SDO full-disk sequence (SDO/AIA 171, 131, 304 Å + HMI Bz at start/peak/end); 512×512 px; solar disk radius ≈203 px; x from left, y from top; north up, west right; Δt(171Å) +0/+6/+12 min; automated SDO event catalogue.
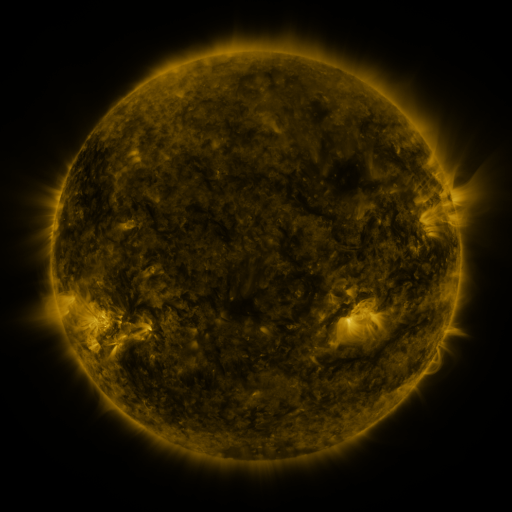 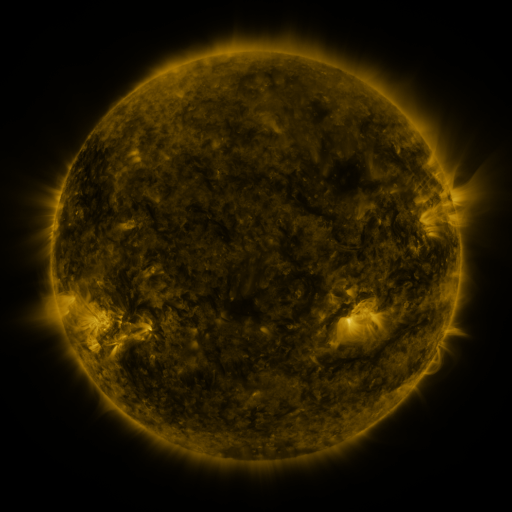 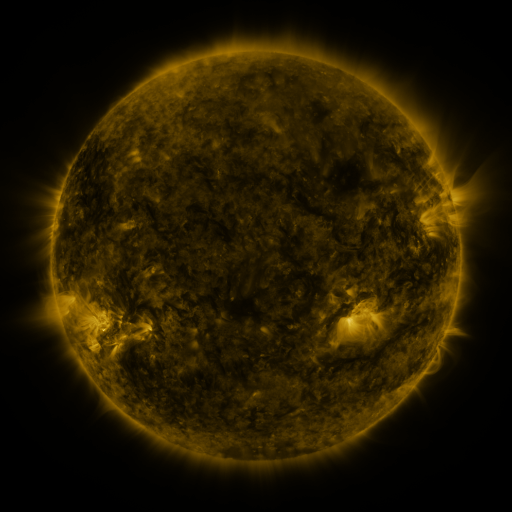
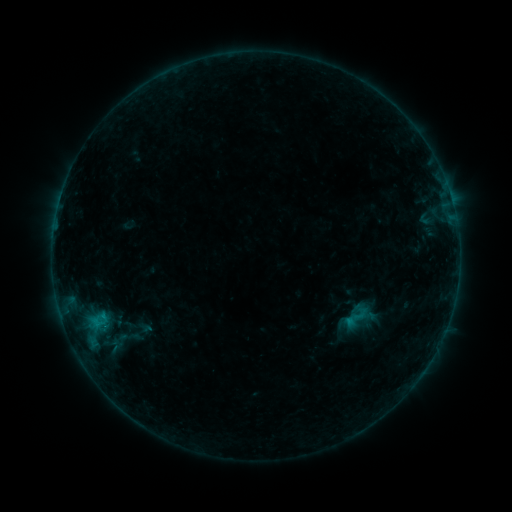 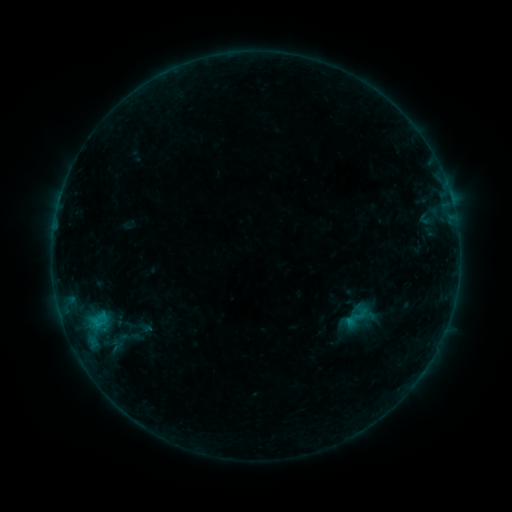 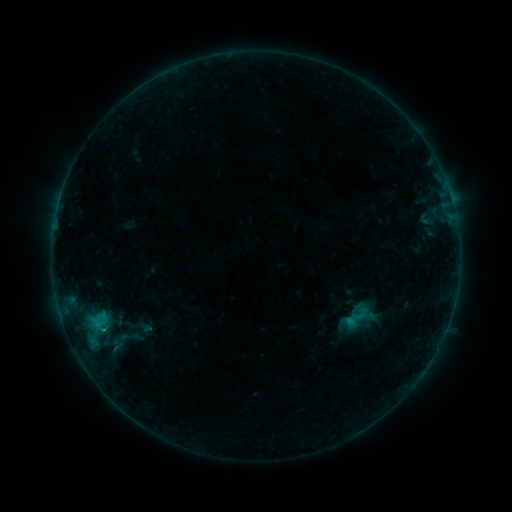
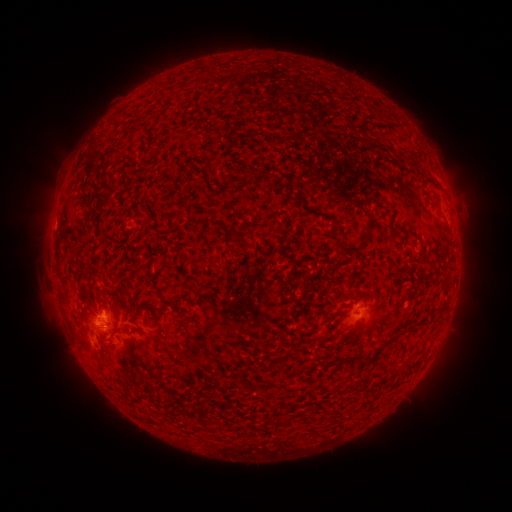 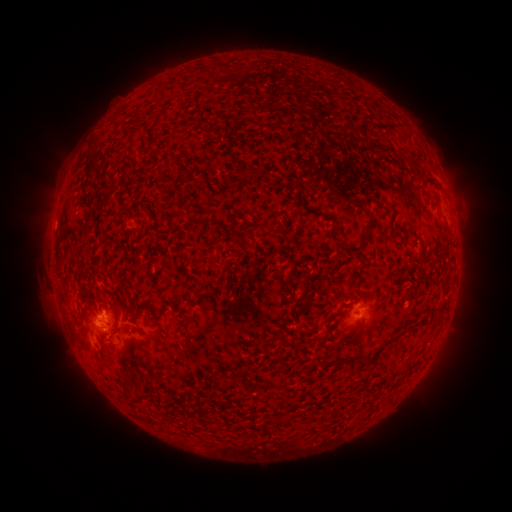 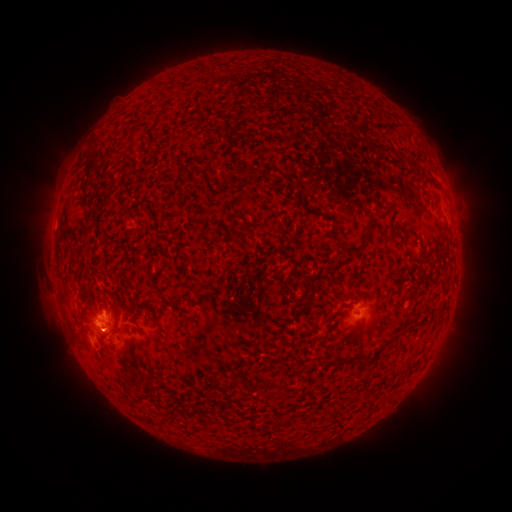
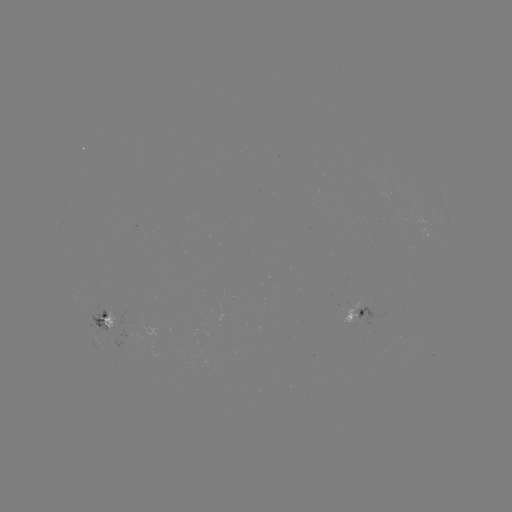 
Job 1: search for B4.2 flare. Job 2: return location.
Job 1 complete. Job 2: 349,319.